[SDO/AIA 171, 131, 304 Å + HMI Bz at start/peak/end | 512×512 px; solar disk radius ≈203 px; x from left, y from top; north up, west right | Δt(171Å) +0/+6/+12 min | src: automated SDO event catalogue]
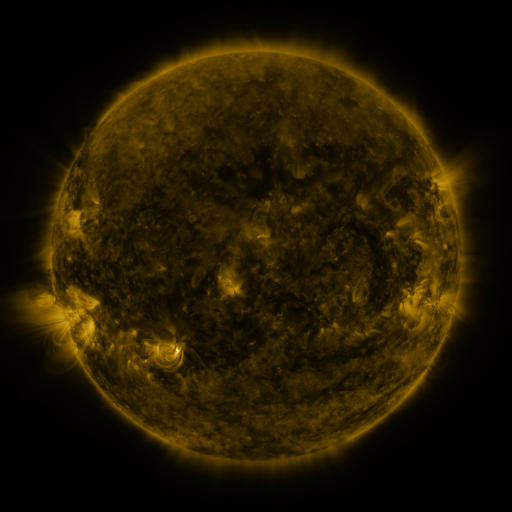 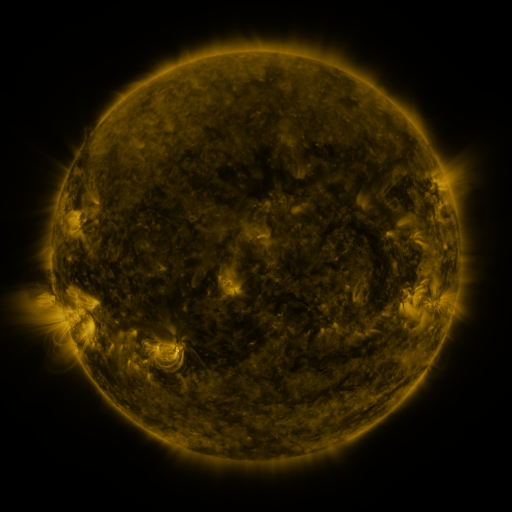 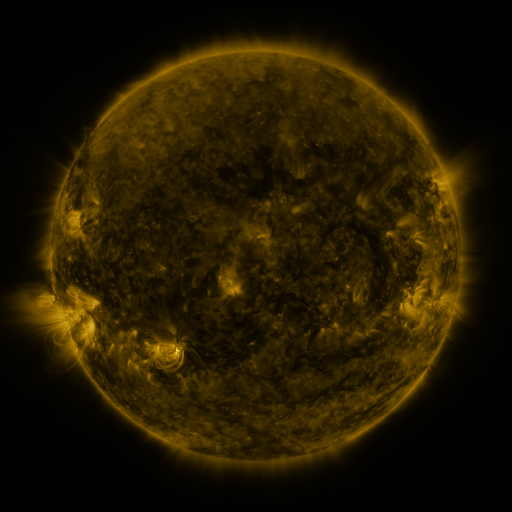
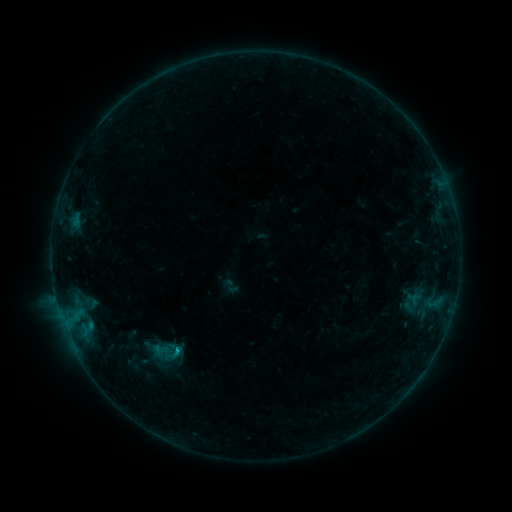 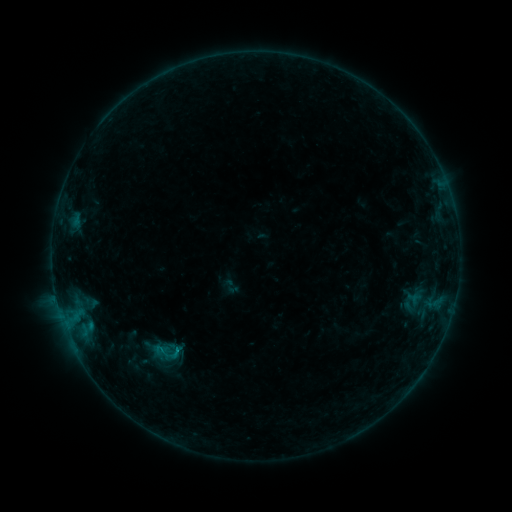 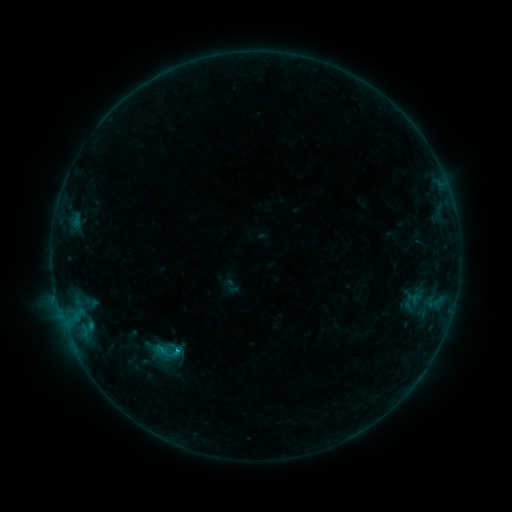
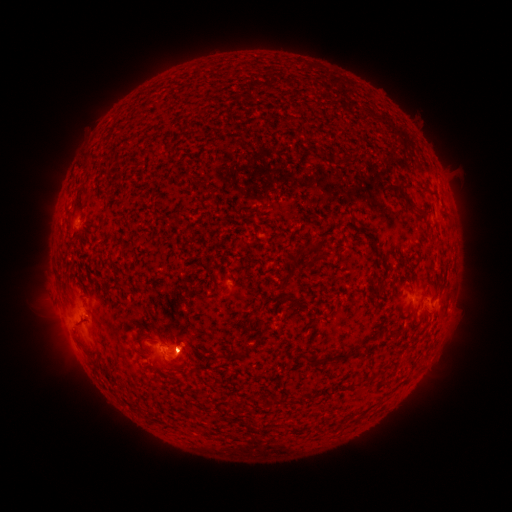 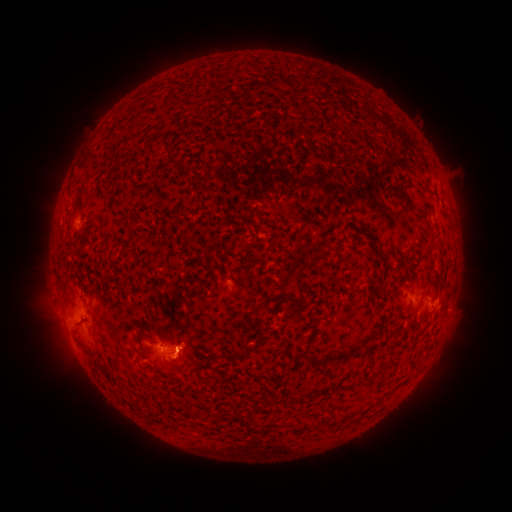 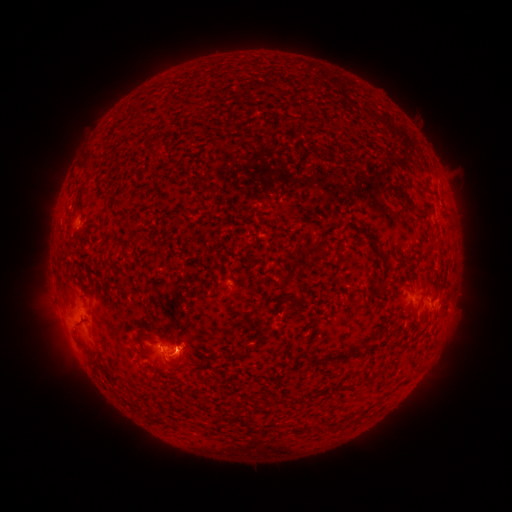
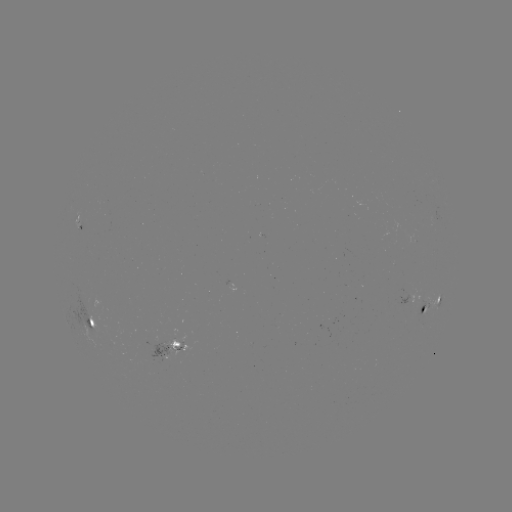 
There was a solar flare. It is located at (178, 350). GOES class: B7.9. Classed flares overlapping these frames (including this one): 2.